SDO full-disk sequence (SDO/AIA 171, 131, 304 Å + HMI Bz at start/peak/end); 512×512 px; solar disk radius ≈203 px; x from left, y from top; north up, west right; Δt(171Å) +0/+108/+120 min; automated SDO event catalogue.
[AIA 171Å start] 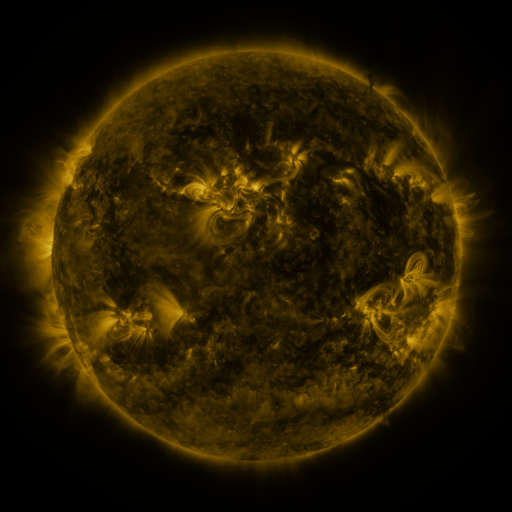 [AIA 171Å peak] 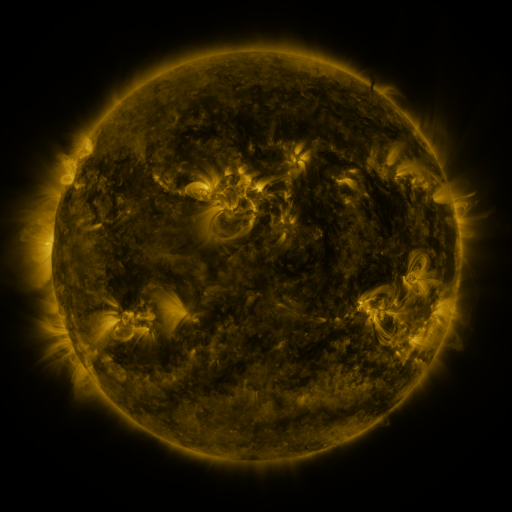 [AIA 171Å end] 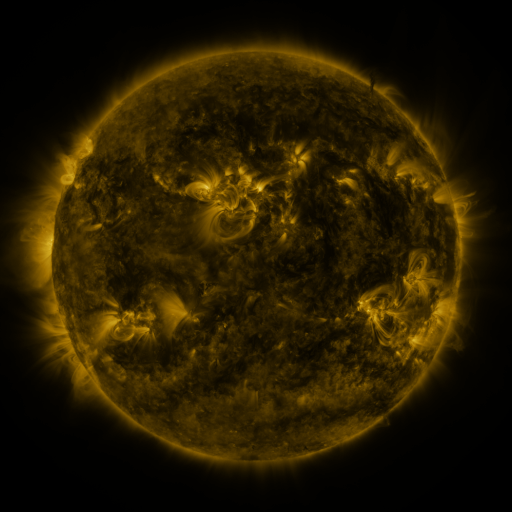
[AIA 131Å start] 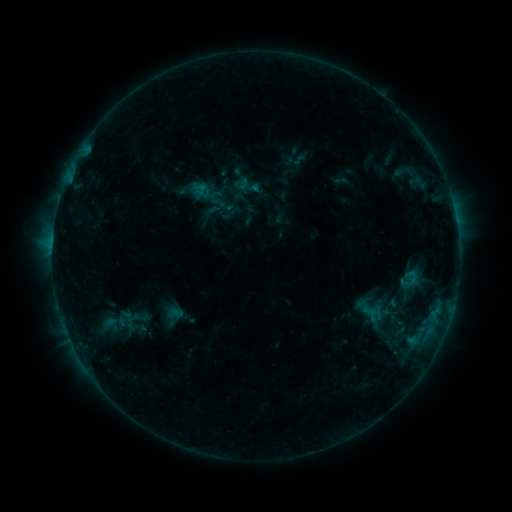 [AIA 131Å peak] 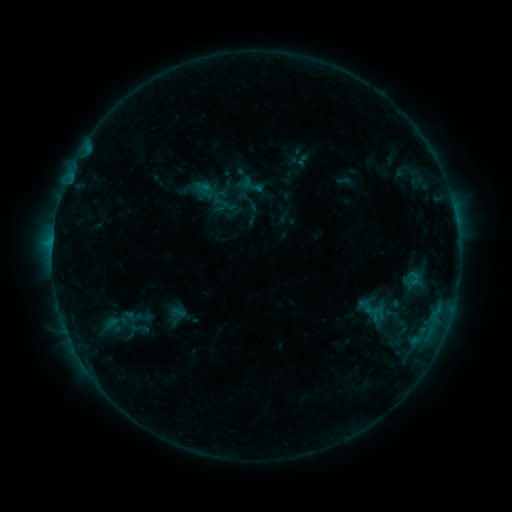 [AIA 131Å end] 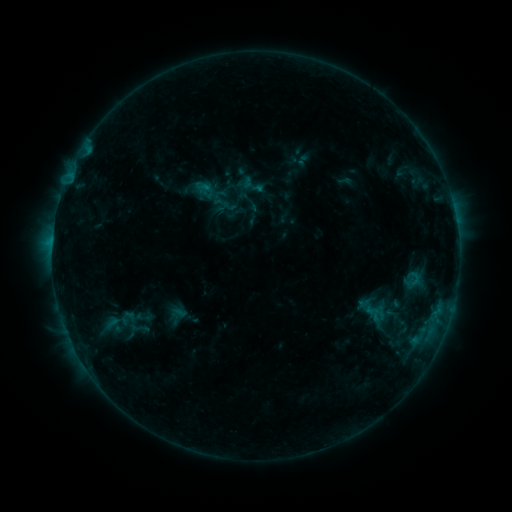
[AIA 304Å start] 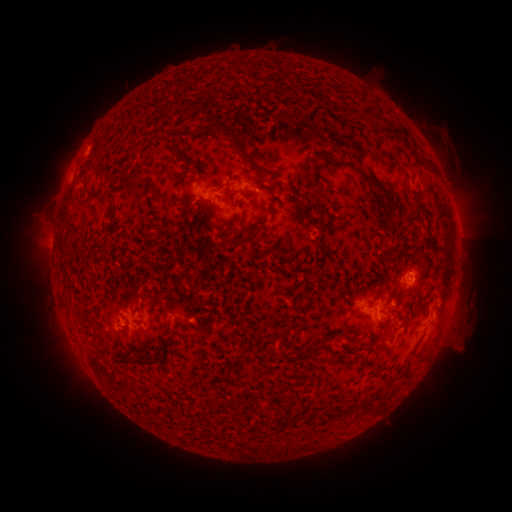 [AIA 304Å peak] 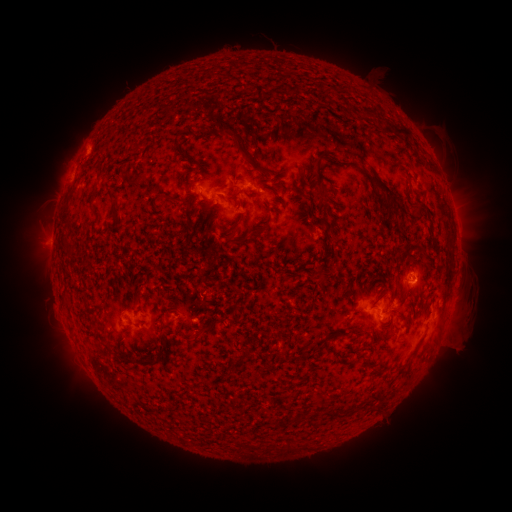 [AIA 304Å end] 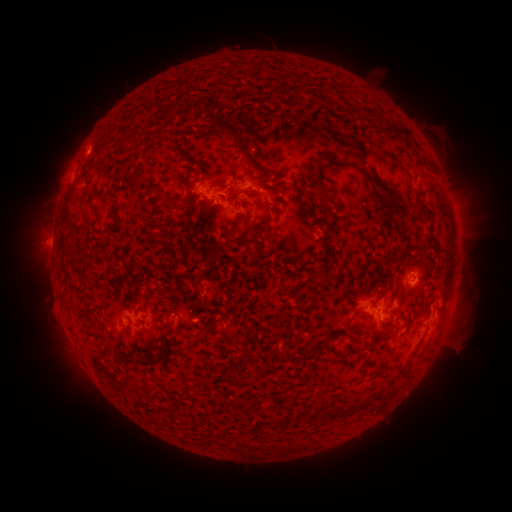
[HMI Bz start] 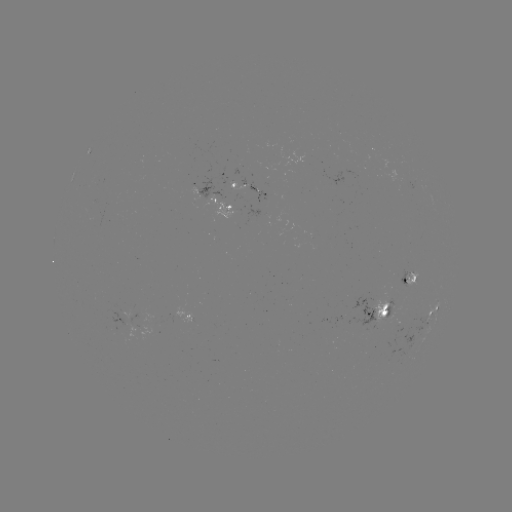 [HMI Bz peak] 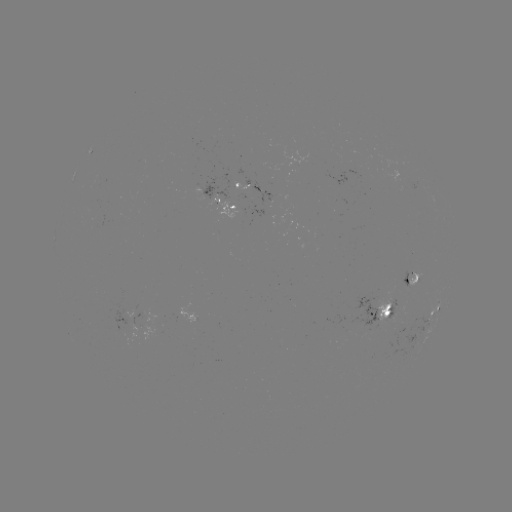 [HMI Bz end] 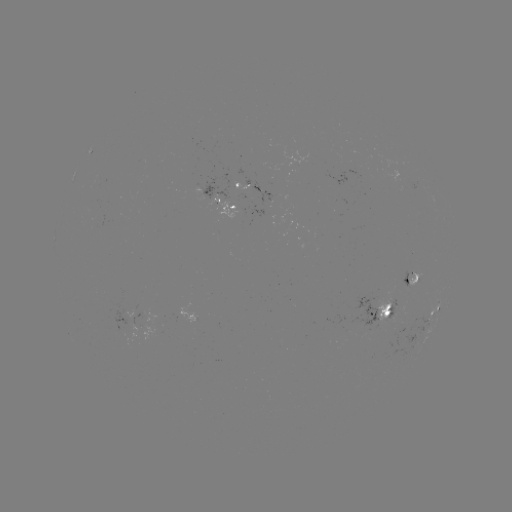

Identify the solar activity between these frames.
emerging-flux region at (220, 205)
